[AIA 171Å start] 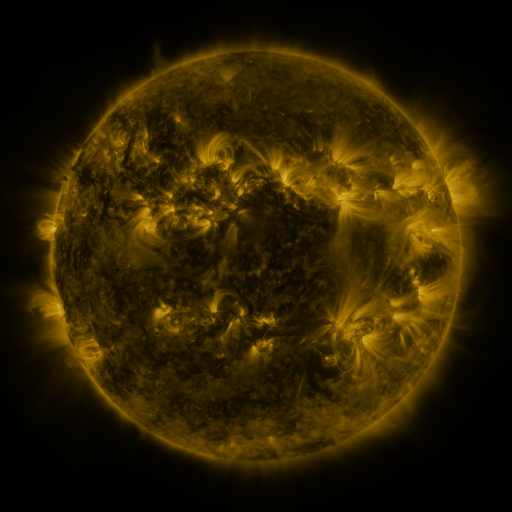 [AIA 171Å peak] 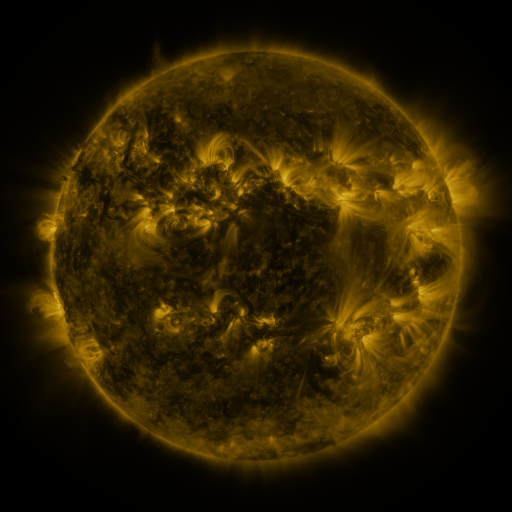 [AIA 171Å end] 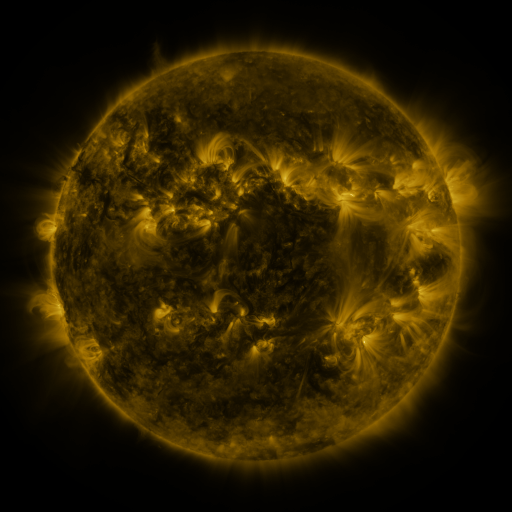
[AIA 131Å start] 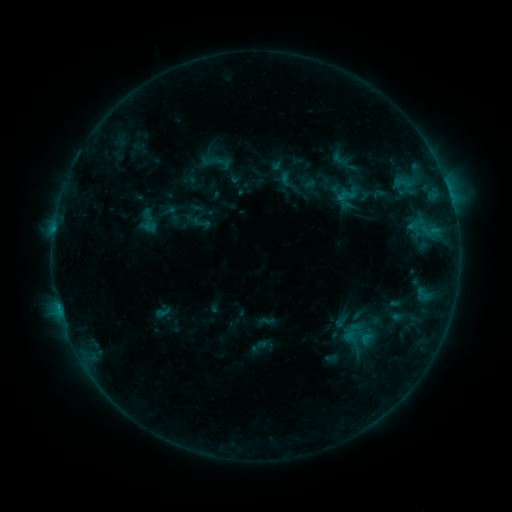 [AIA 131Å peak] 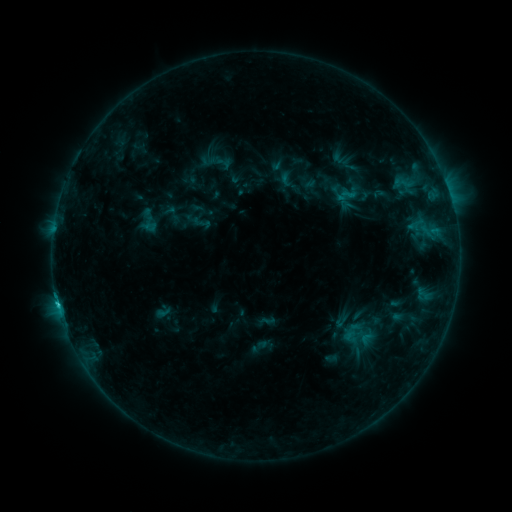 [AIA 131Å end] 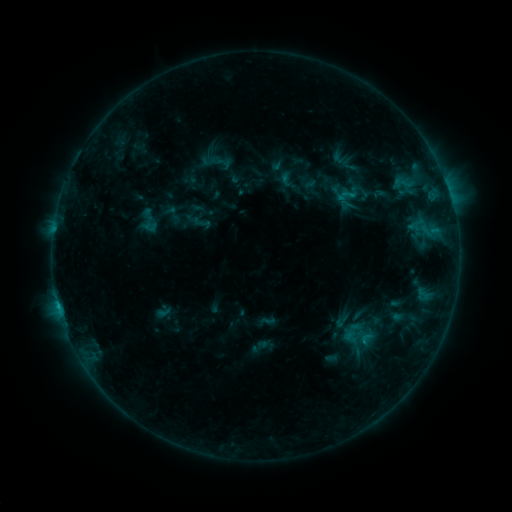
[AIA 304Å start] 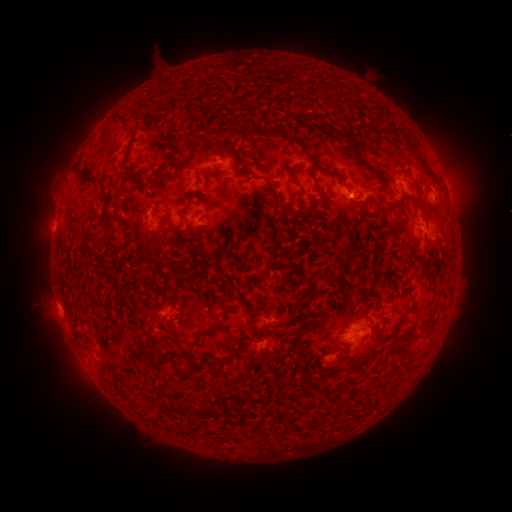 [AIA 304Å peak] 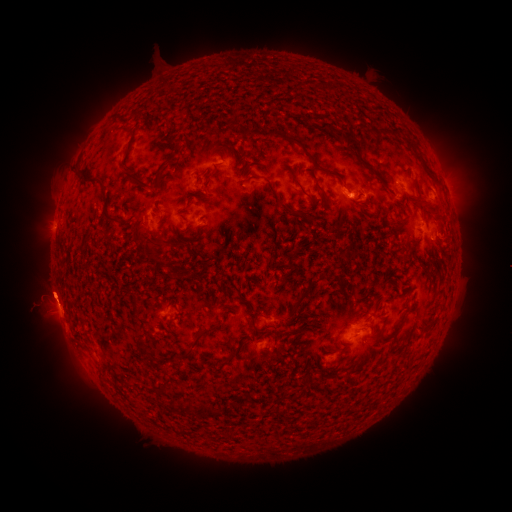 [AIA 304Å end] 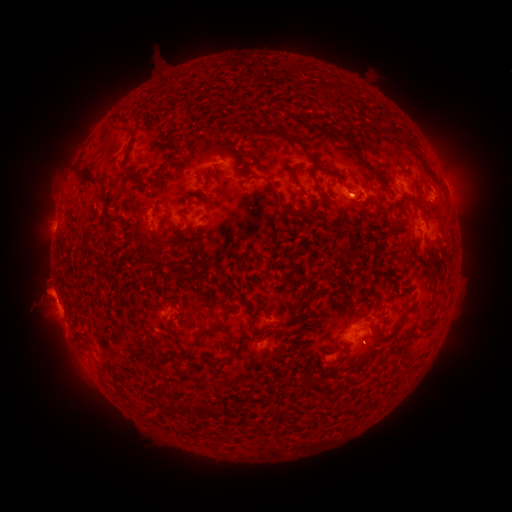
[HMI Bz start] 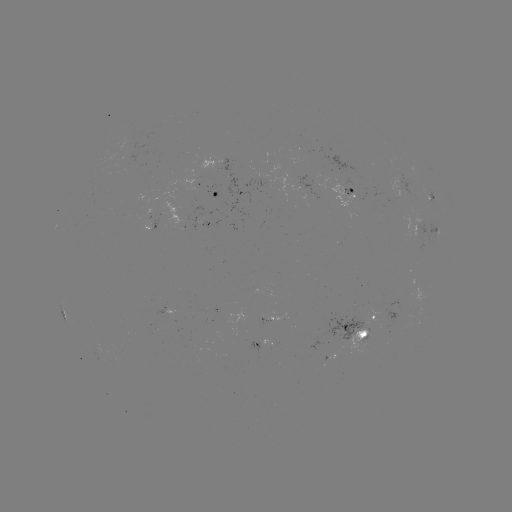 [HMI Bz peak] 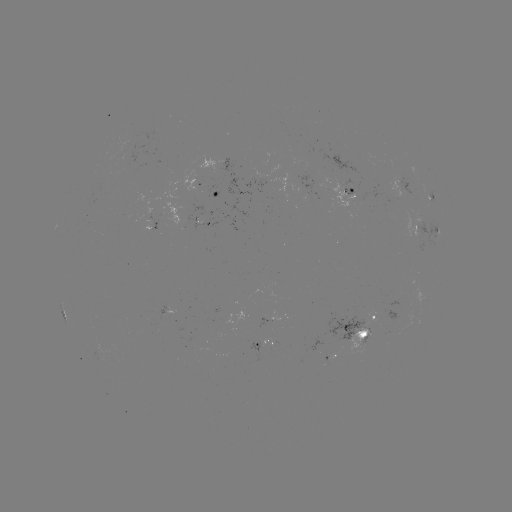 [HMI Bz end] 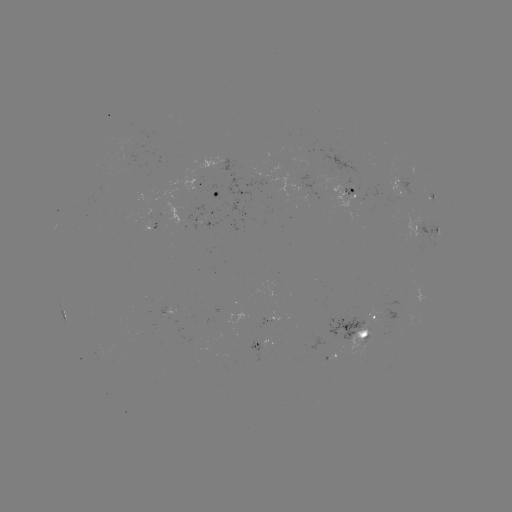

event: flare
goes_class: C1.0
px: (58, 305)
